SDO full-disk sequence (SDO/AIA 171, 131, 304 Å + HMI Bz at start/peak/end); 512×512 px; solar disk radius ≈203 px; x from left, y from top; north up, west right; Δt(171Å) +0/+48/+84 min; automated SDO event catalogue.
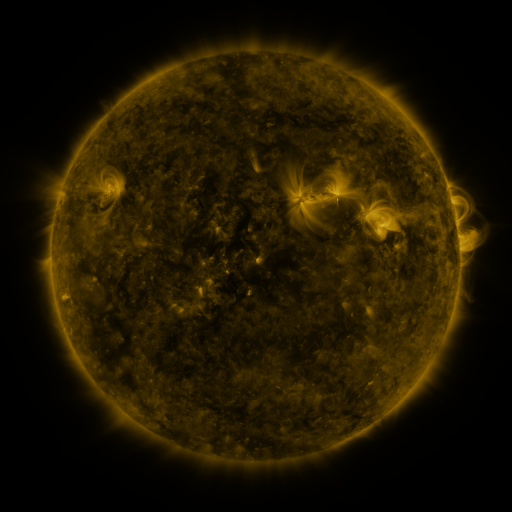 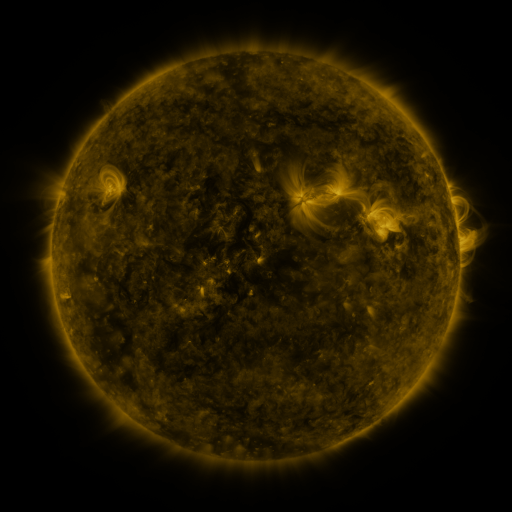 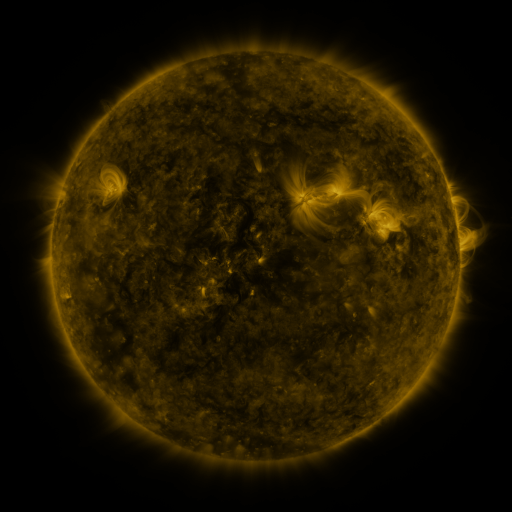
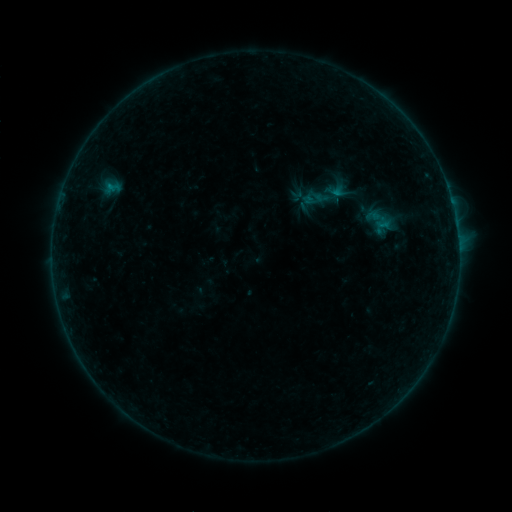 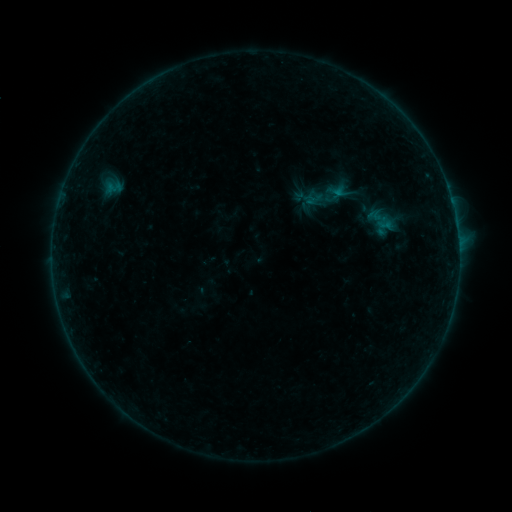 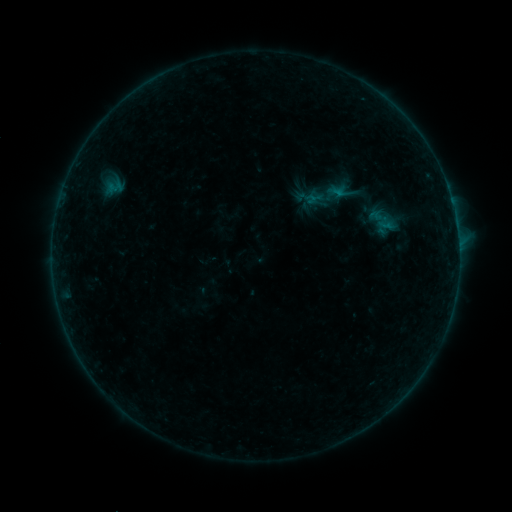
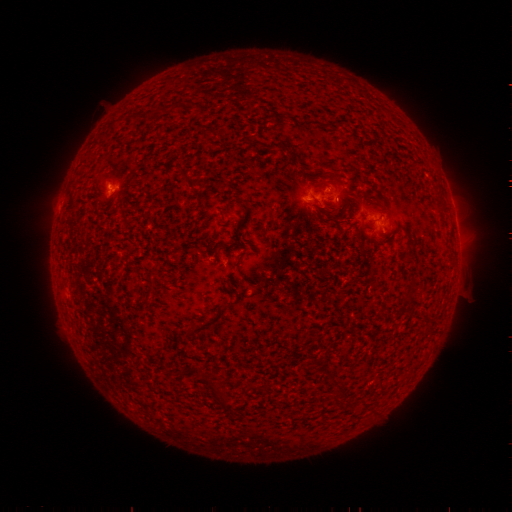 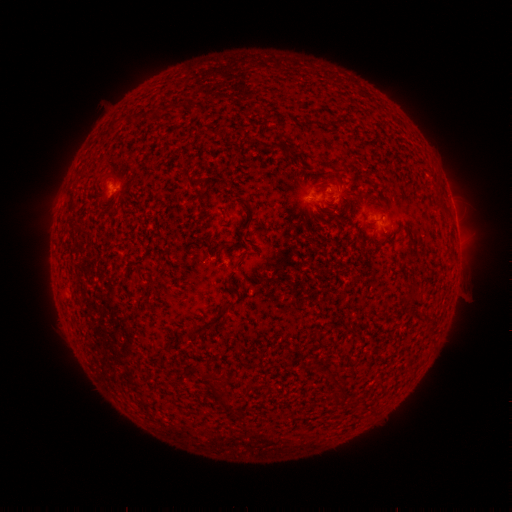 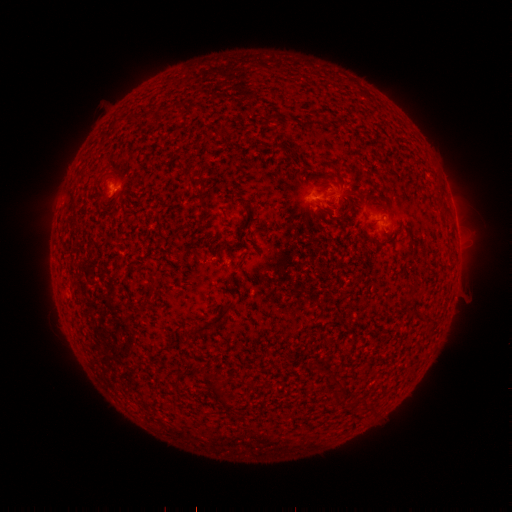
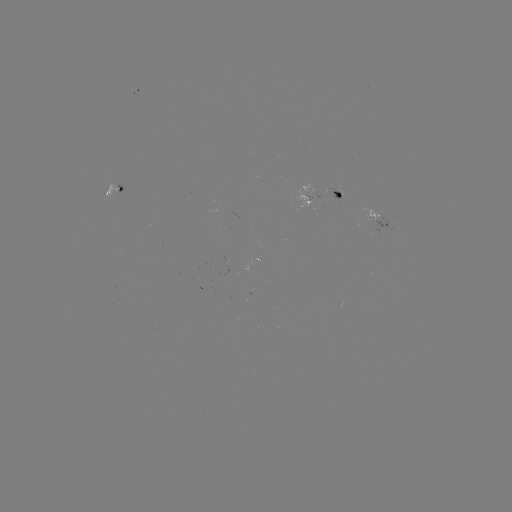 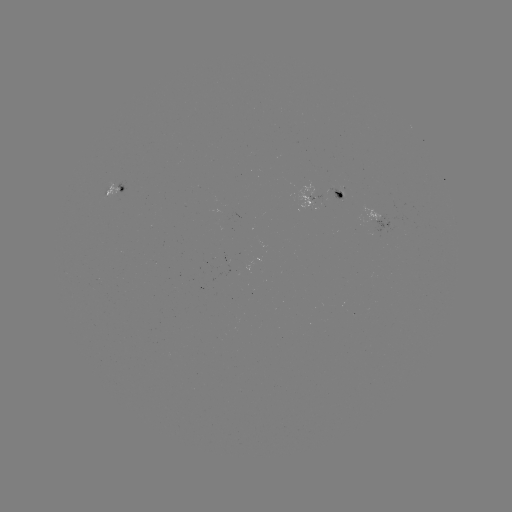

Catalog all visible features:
emerging-flux region: (116, 189)
